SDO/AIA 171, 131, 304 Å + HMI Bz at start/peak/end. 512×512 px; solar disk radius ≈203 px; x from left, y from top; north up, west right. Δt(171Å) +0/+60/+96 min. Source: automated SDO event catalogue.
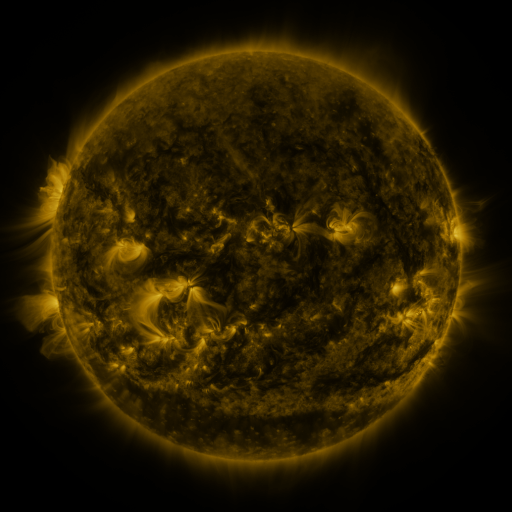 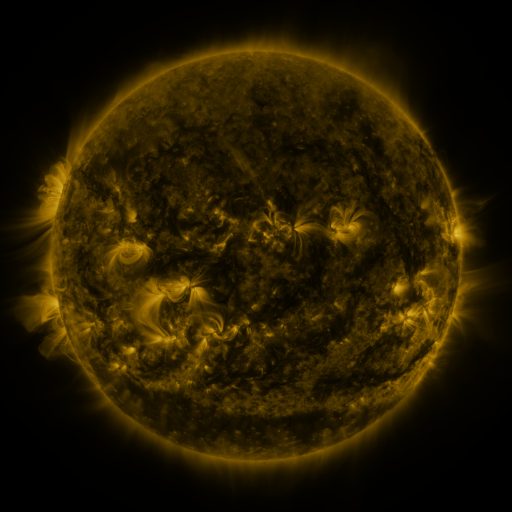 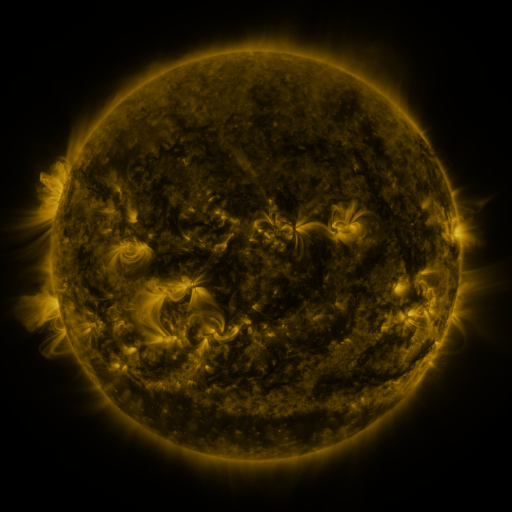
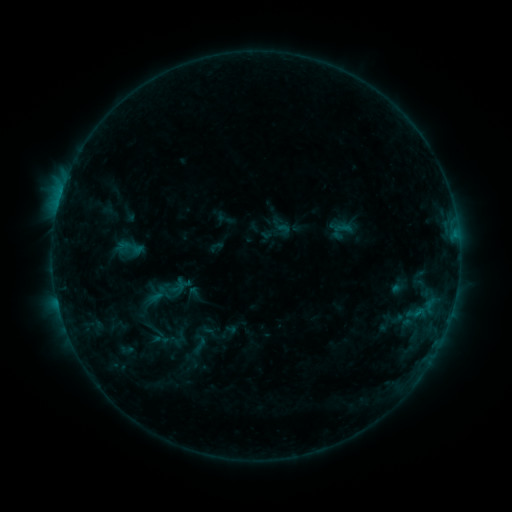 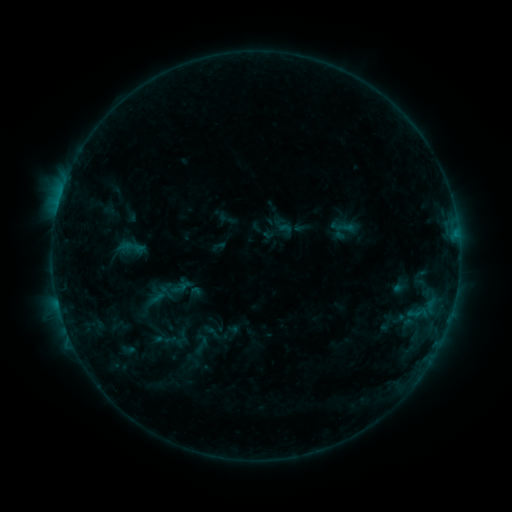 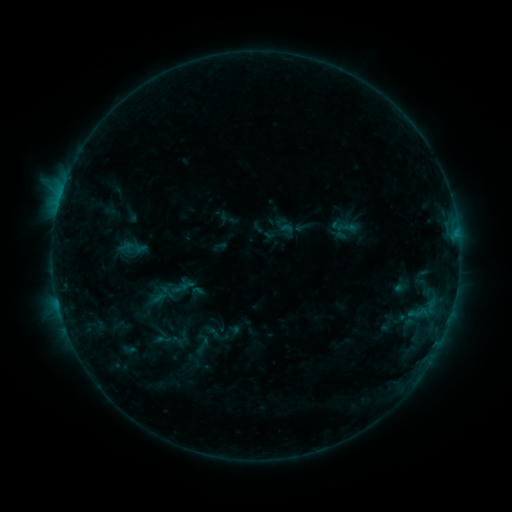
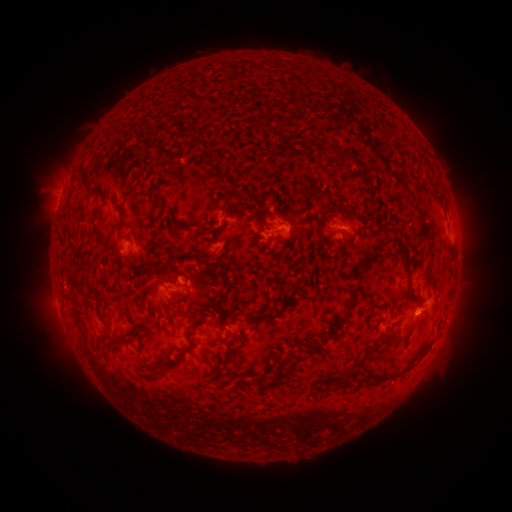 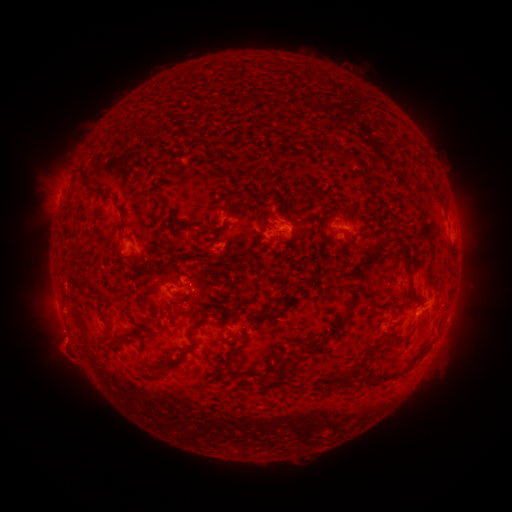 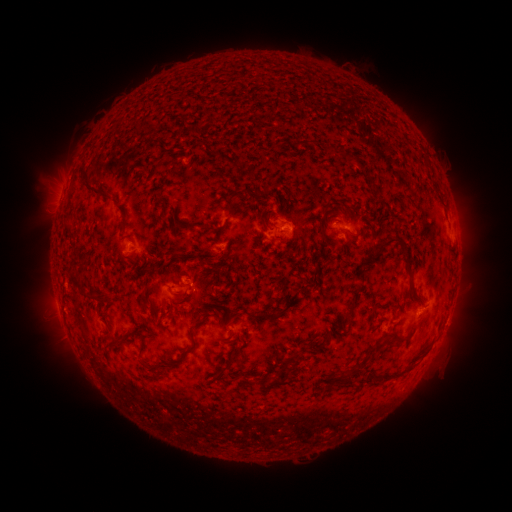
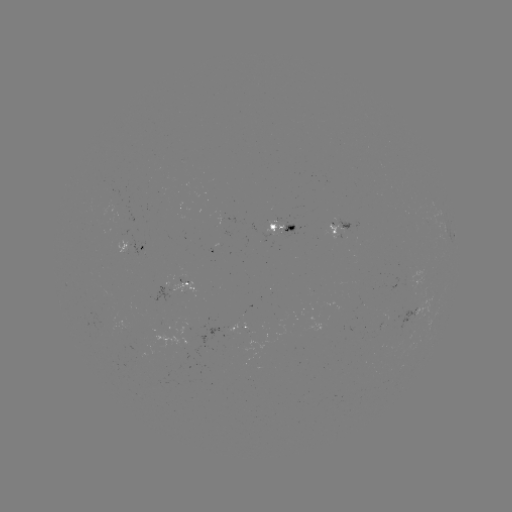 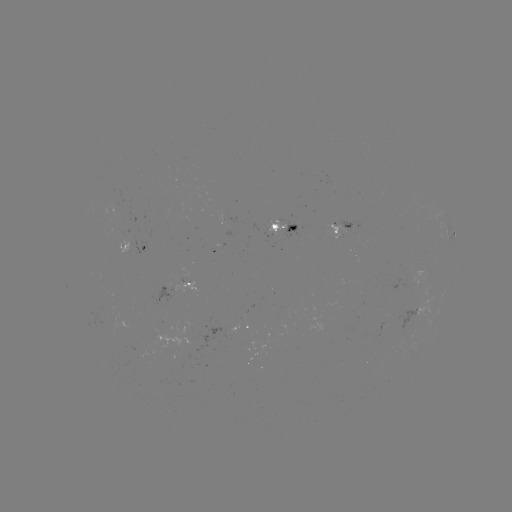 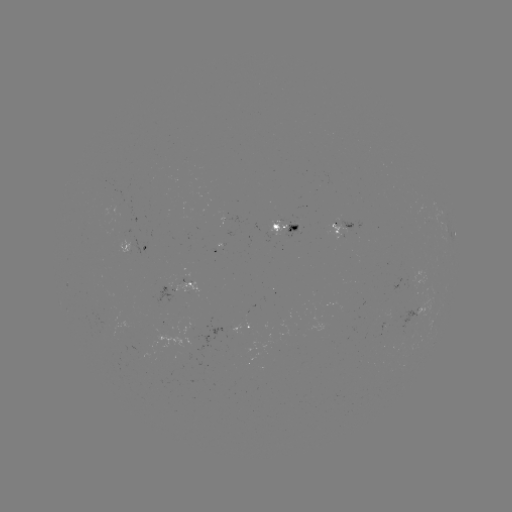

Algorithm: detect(emerging-flux region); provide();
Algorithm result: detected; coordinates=[412, 278]